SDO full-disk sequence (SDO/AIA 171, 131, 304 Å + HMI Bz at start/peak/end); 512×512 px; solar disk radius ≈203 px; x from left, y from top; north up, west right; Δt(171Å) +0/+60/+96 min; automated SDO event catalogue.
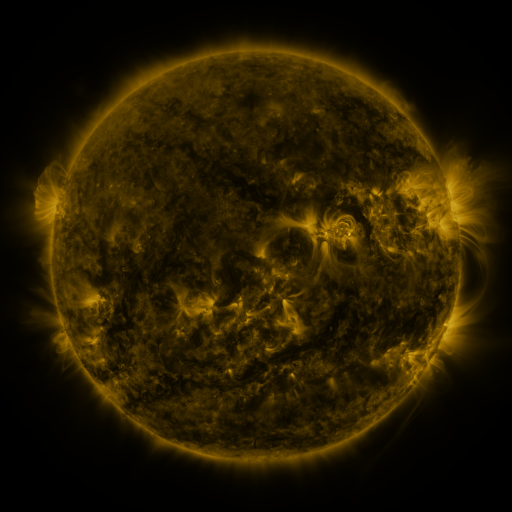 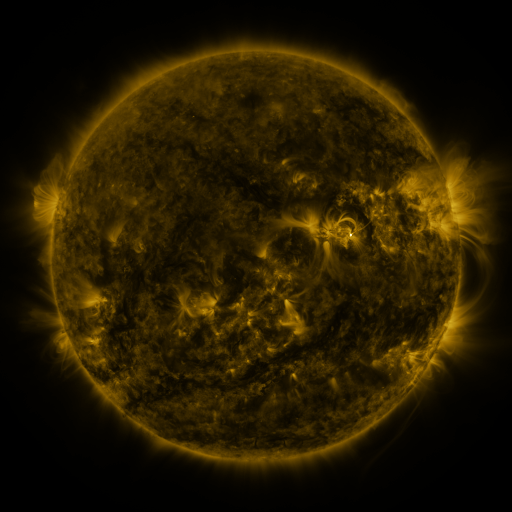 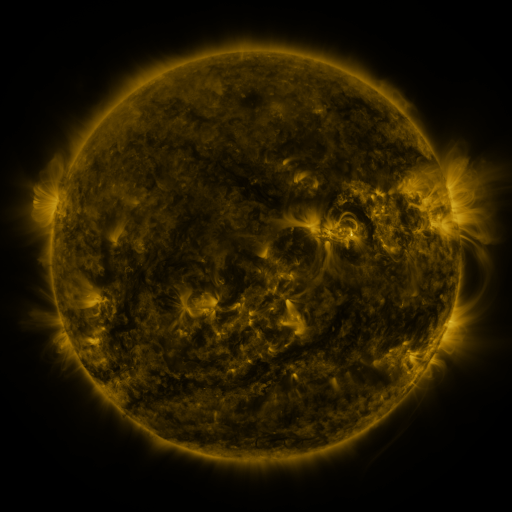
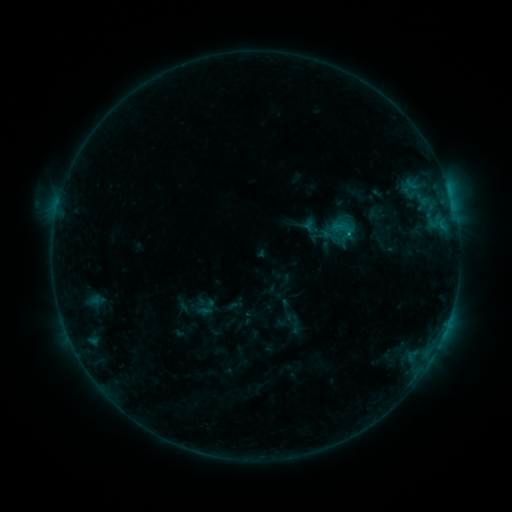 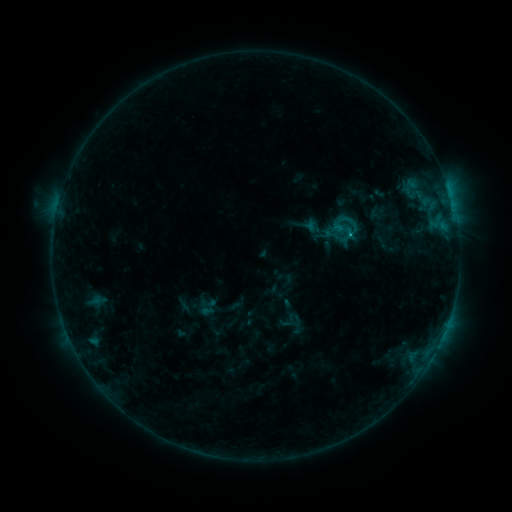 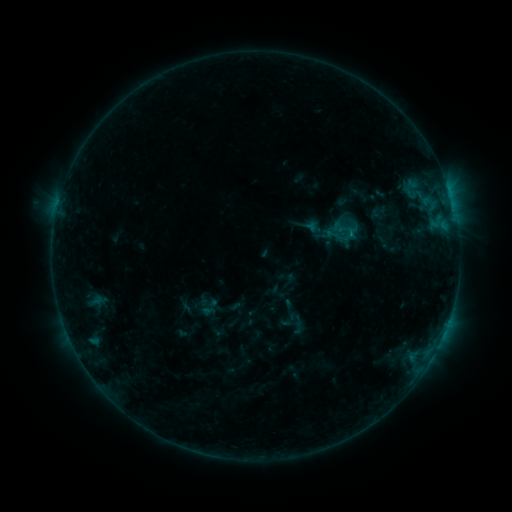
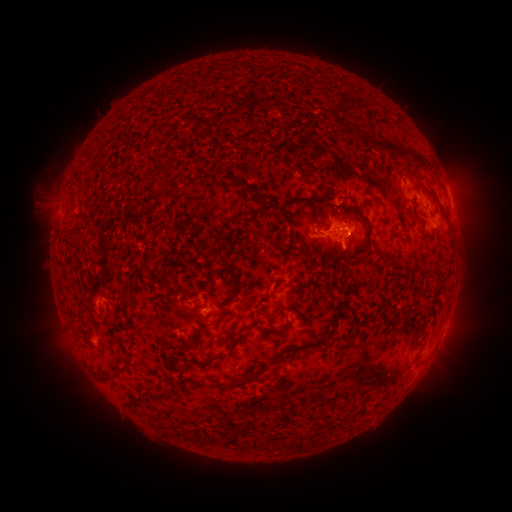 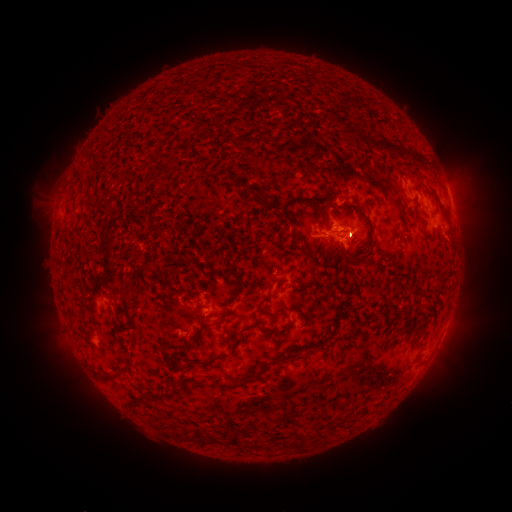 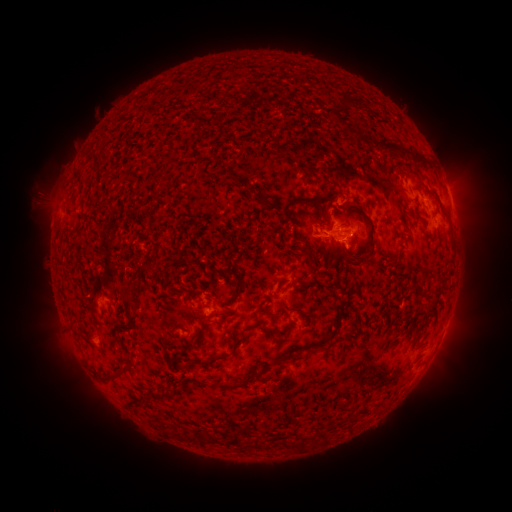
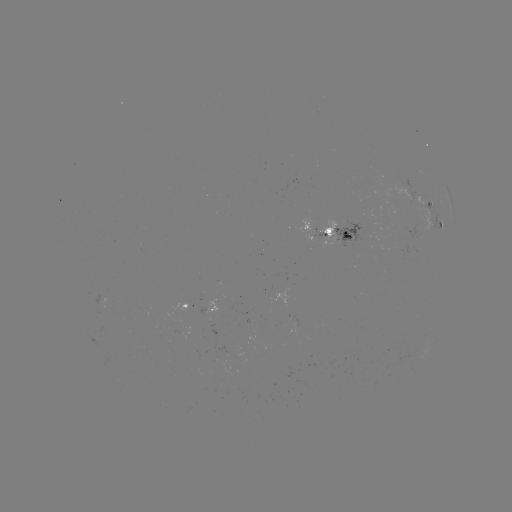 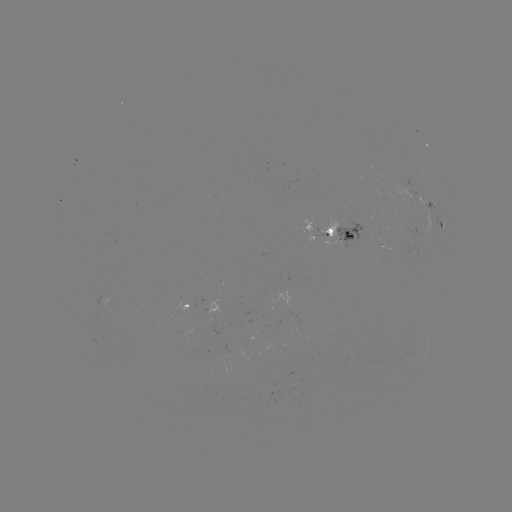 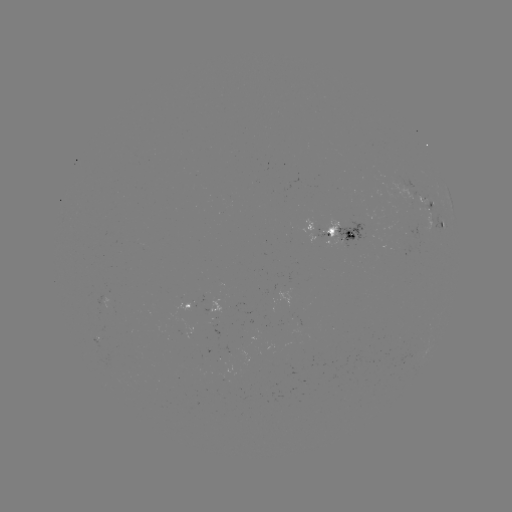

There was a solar emerging-flux region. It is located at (177, 324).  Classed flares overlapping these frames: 6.